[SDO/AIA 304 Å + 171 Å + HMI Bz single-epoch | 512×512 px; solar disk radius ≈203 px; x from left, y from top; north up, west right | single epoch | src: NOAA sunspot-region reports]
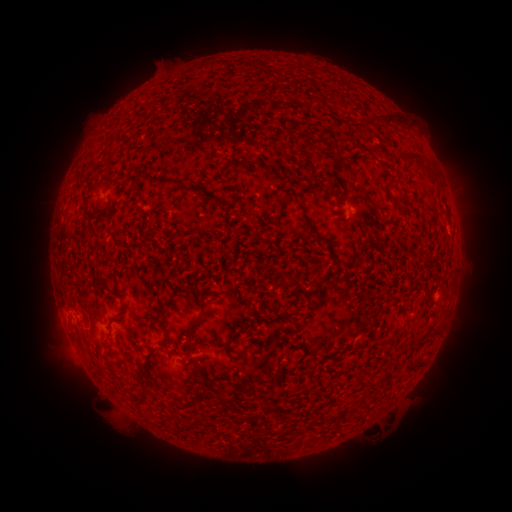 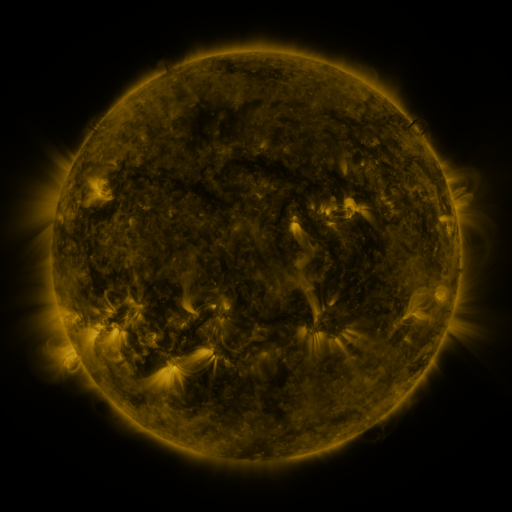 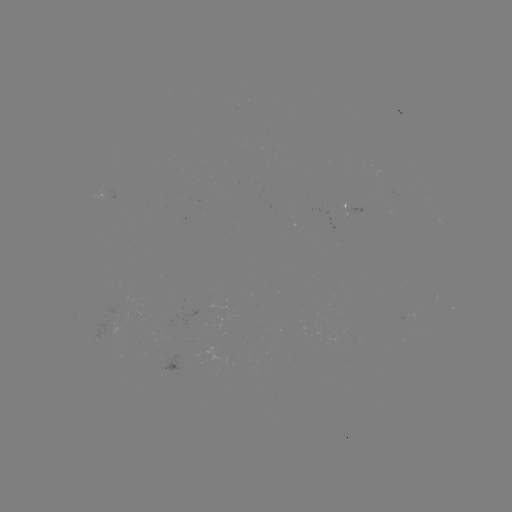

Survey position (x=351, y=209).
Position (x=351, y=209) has spotted active region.